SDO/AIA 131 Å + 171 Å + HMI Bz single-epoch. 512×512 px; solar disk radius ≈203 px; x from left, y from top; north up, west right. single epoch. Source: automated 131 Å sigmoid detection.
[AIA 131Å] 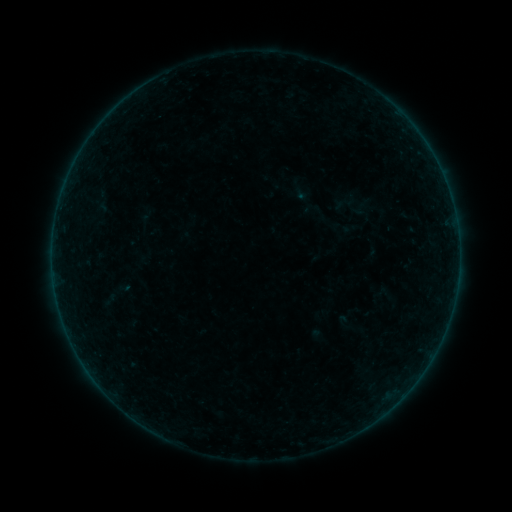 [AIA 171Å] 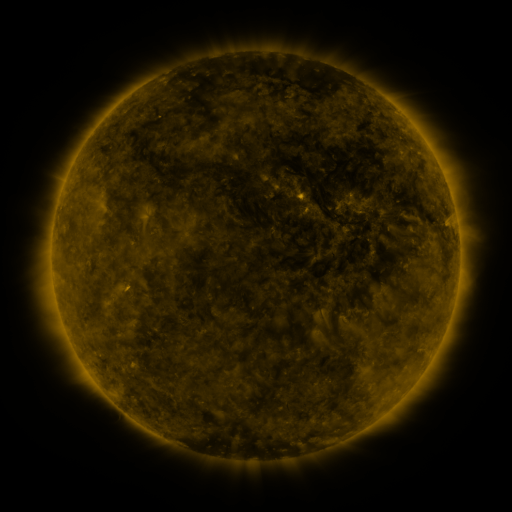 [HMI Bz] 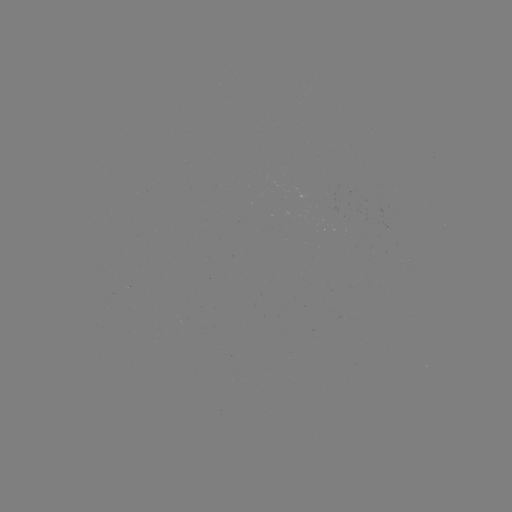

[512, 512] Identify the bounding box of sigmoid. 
[330, 190, 362, 214].